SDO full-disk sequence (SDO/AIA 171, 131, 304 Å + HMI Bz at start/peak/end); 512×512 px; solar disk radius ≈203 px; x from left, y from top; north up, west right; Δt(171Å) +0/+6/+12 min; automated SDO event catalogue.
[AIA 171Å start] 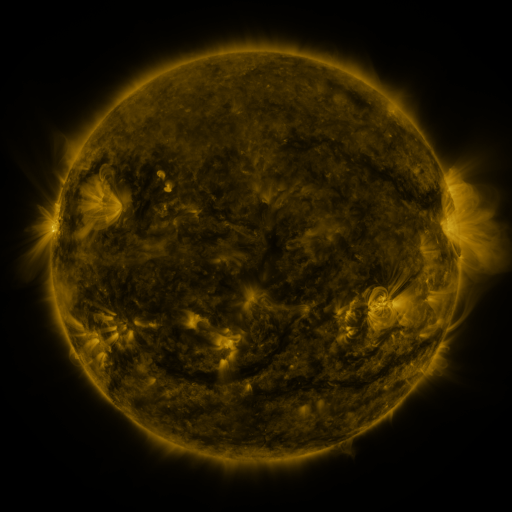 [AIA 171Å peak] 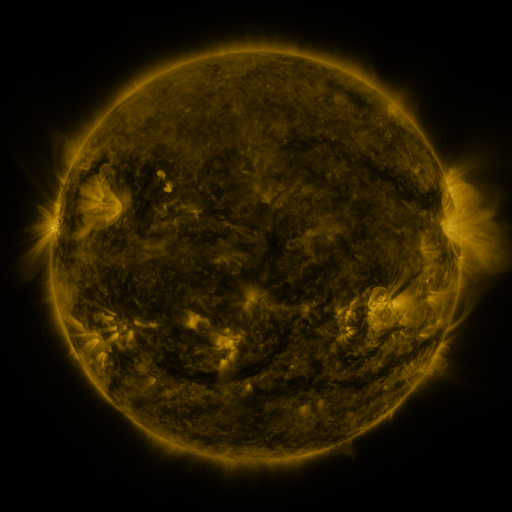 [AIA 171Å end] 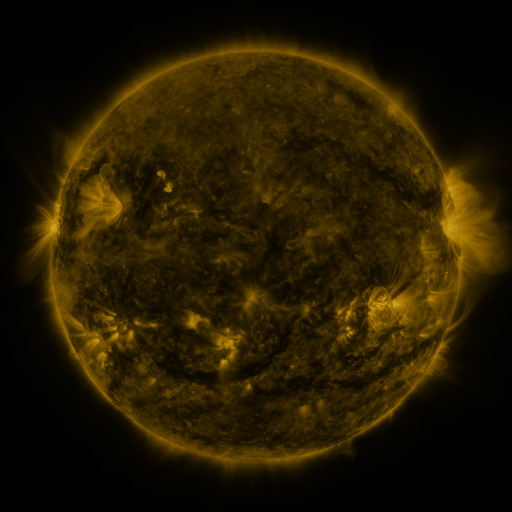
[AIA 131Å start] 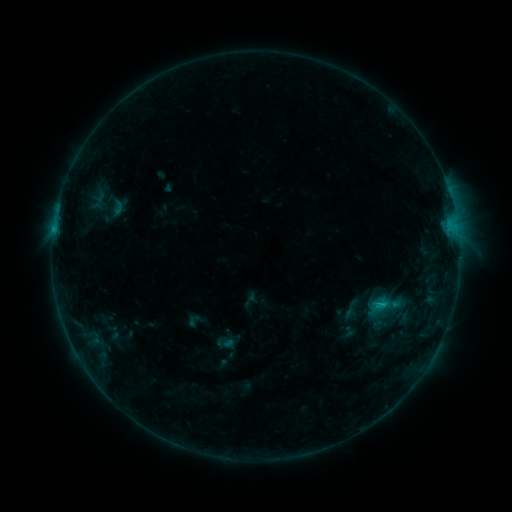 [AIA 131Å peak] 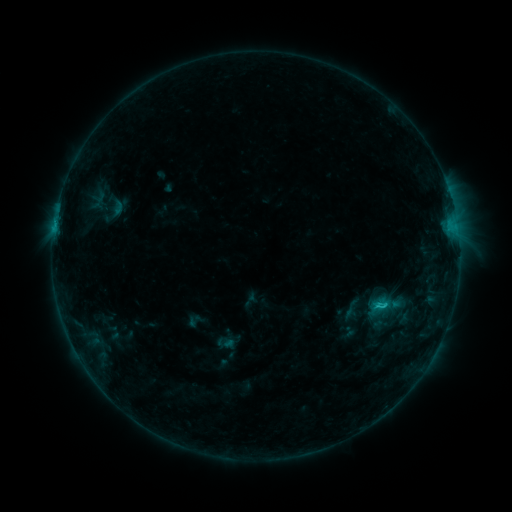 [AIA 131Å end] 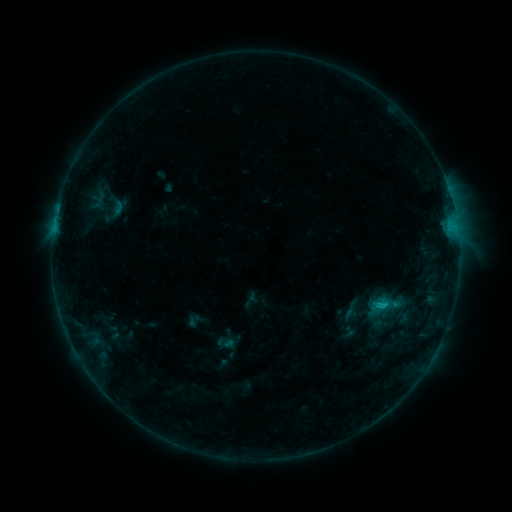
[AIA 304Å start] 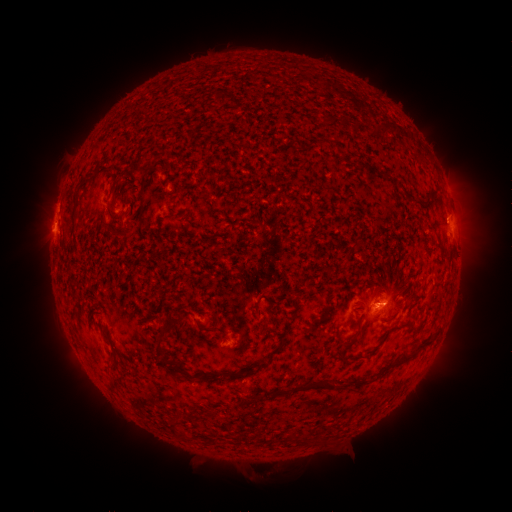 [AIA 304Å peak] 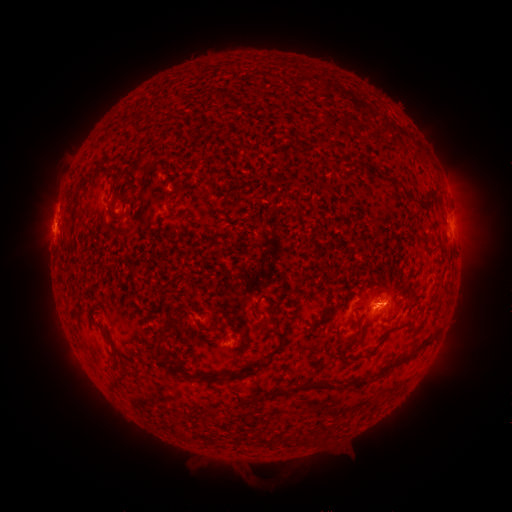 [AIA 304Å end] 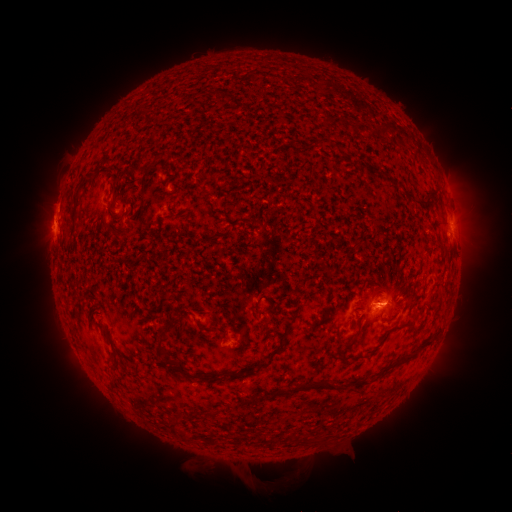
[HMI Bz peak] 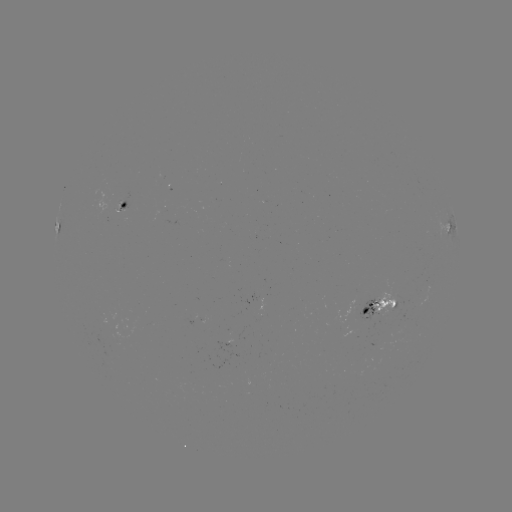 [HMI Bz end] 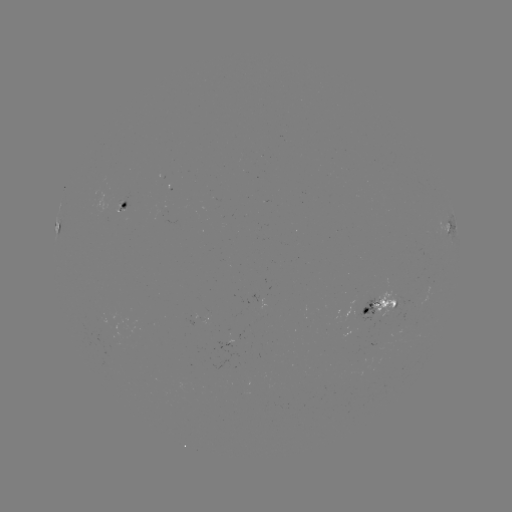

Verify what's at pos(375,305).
C1.0 flare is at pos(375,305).